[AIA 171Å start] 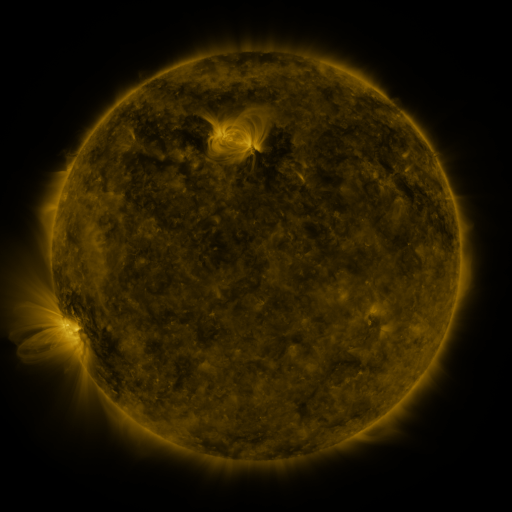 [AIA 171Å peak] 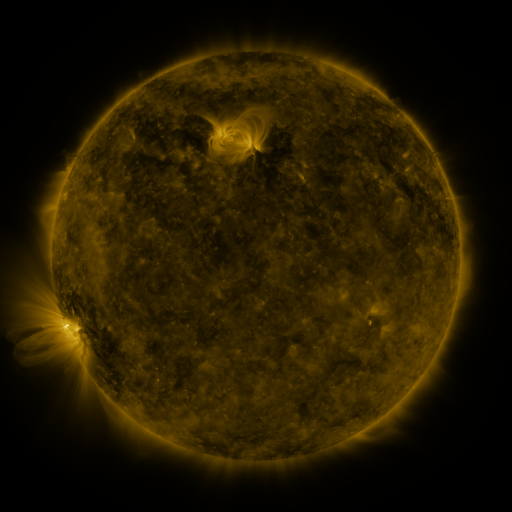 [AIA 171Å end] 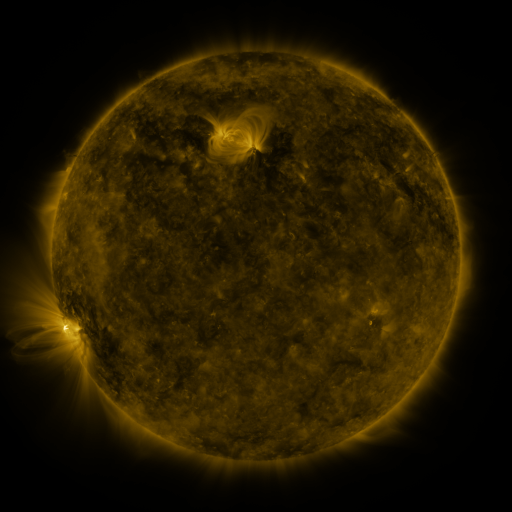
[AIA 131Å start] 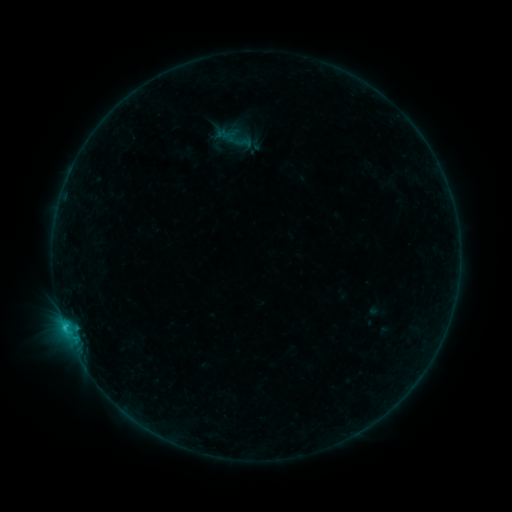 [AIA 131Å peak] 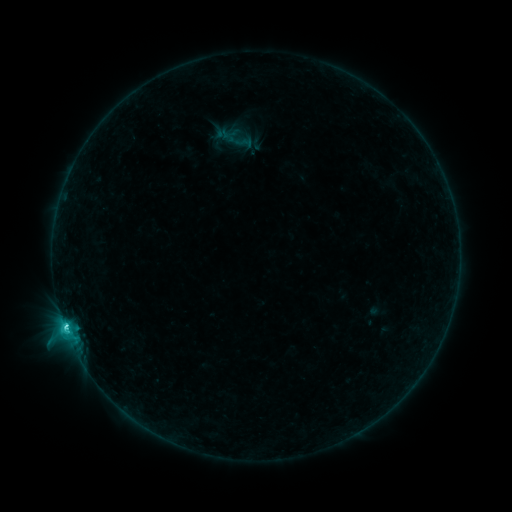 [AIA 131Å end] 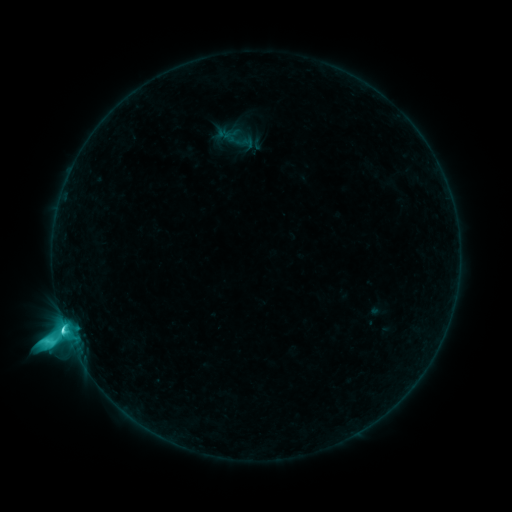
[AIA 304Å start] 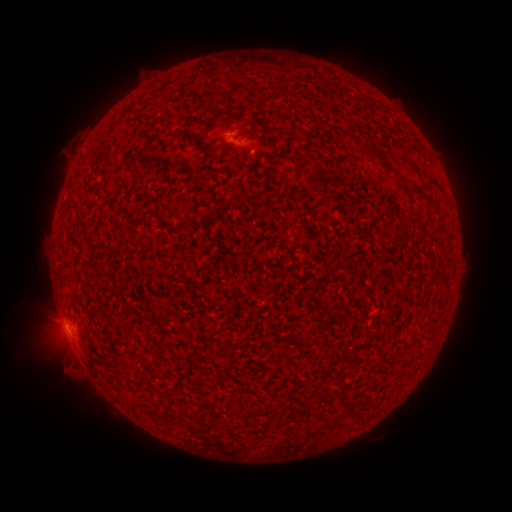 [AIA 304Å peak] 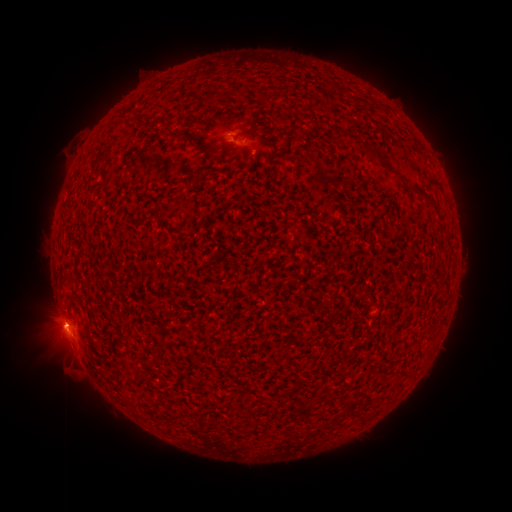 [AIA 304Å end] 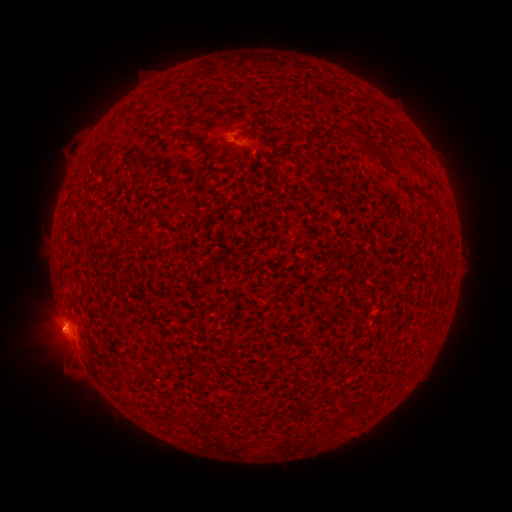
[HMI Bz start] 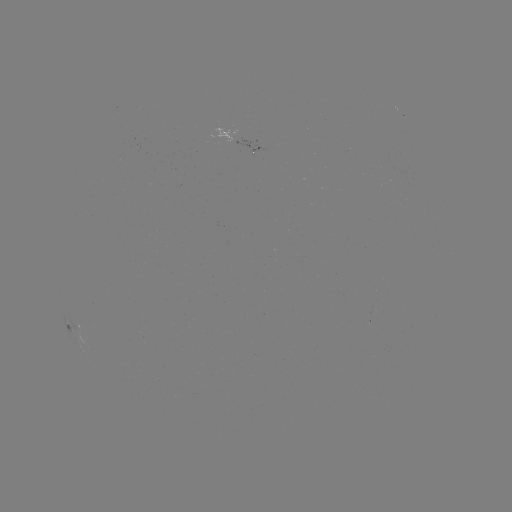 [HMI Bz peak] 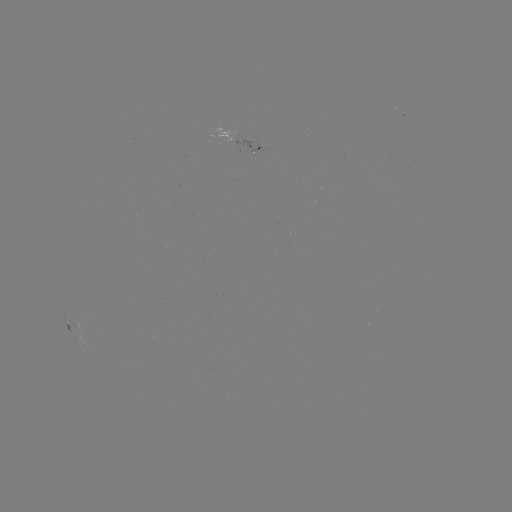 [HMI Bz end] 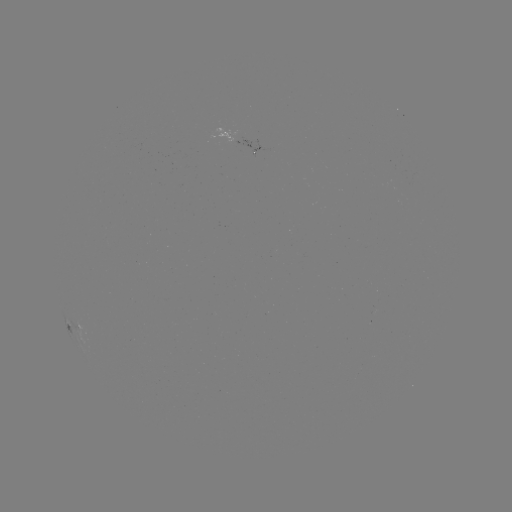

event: flare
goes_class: M1.6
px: (249, 459)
